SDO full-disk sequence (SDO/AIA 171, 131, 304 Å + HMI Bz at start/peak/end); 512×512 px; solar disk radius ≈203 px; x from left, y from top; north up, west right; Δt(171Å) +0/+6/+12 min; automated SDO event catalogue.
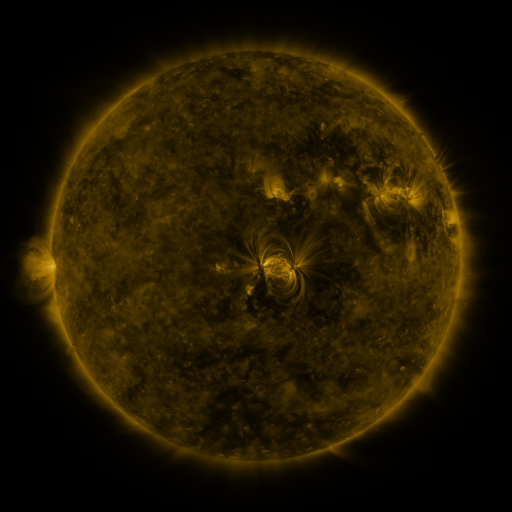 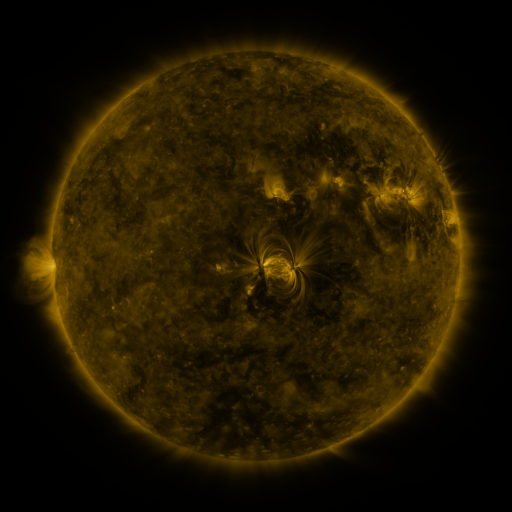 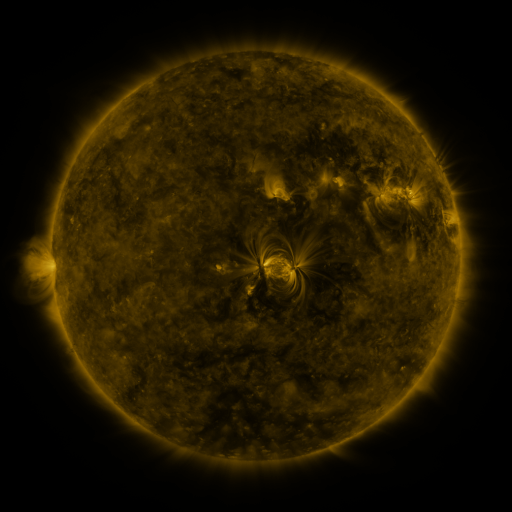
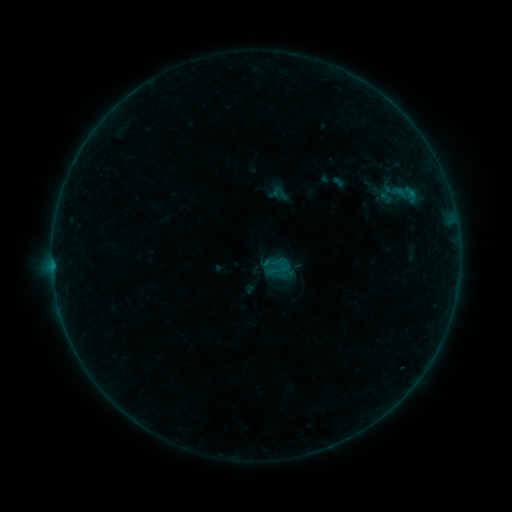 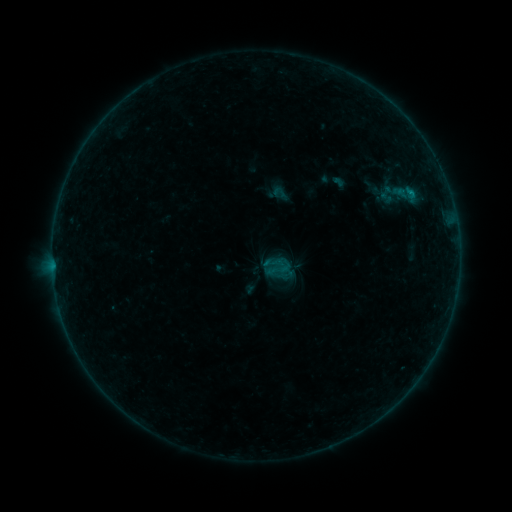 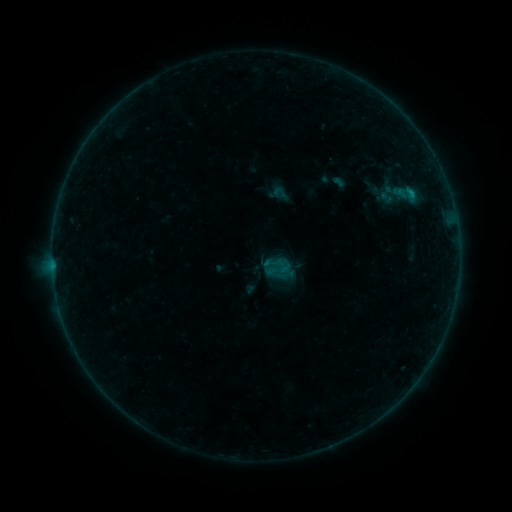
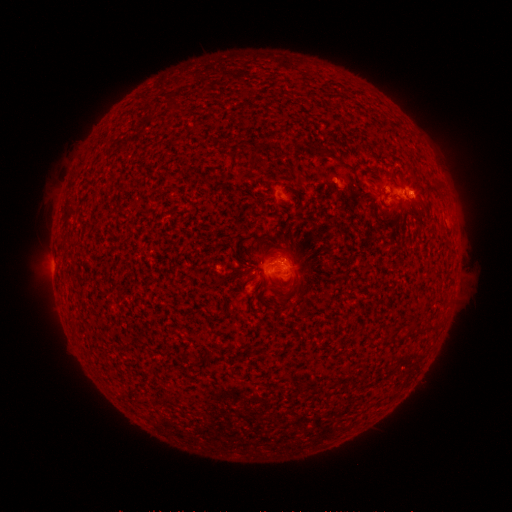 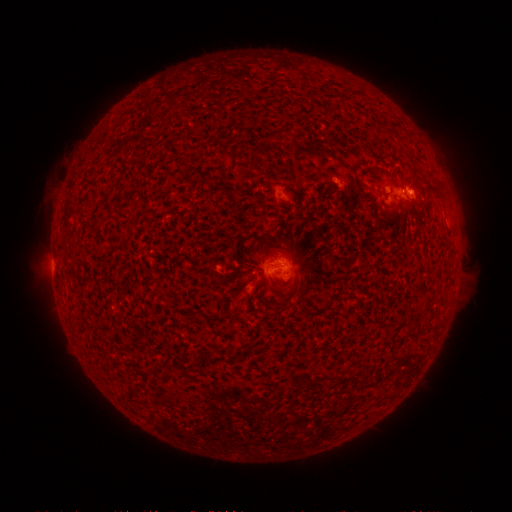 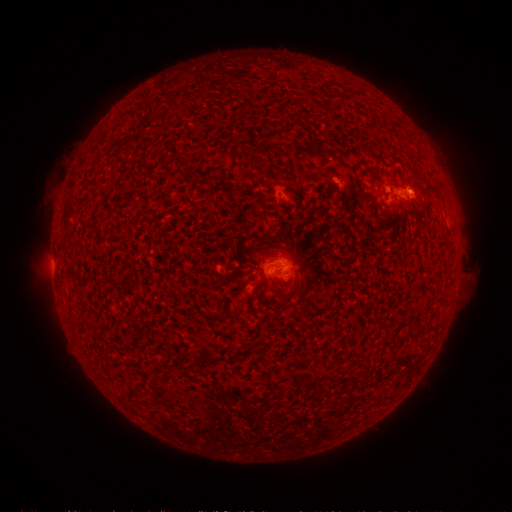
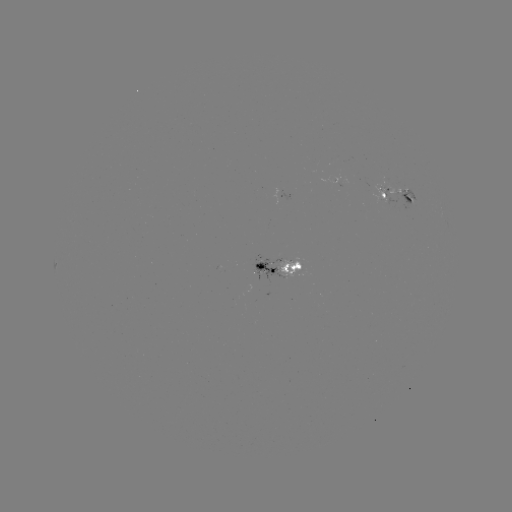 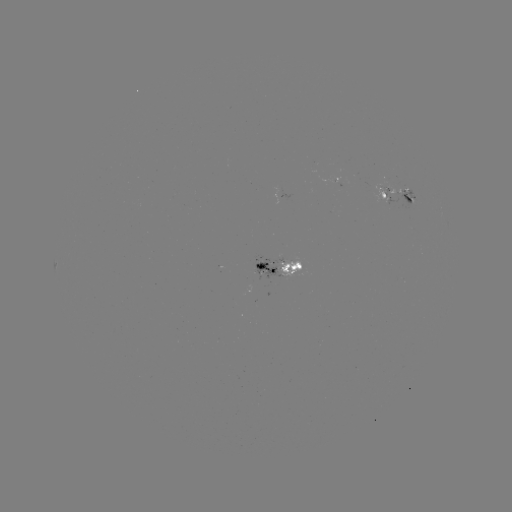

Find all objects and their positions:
B3.5 flare: (410, 196)
